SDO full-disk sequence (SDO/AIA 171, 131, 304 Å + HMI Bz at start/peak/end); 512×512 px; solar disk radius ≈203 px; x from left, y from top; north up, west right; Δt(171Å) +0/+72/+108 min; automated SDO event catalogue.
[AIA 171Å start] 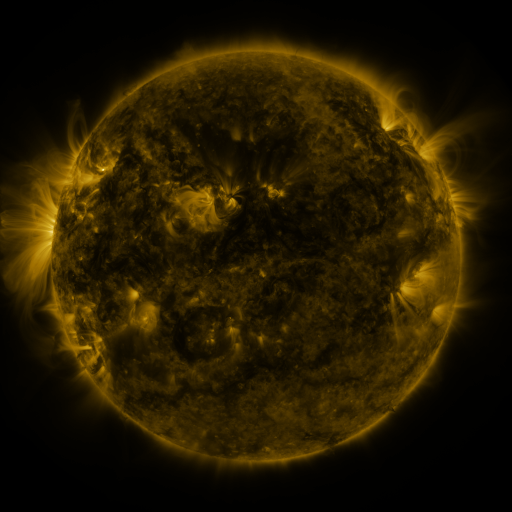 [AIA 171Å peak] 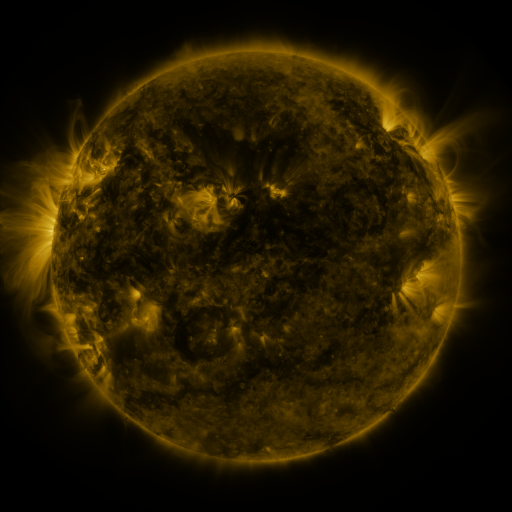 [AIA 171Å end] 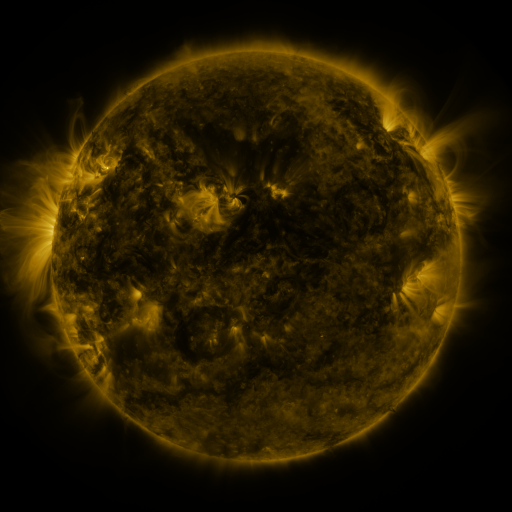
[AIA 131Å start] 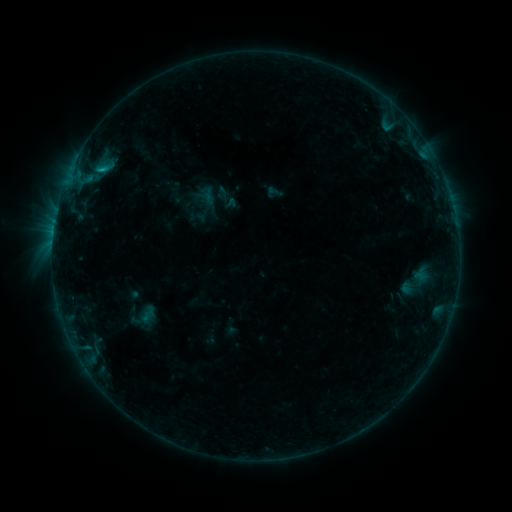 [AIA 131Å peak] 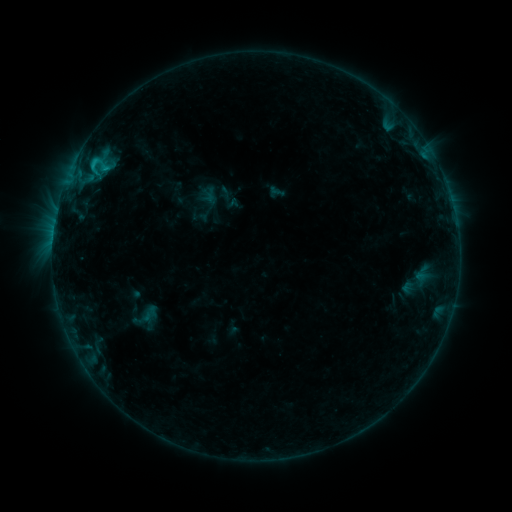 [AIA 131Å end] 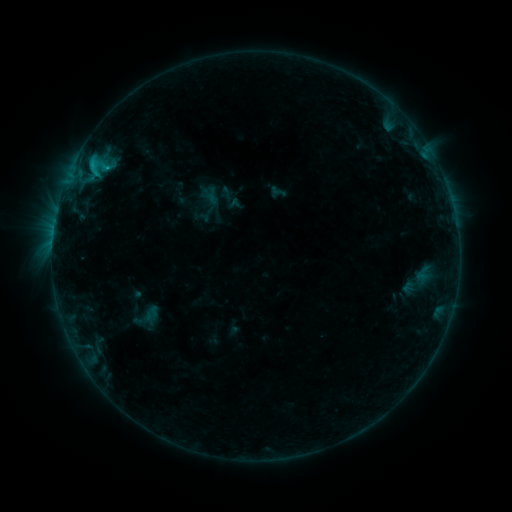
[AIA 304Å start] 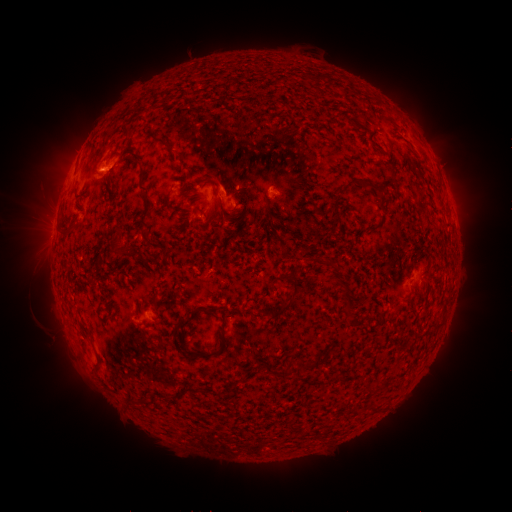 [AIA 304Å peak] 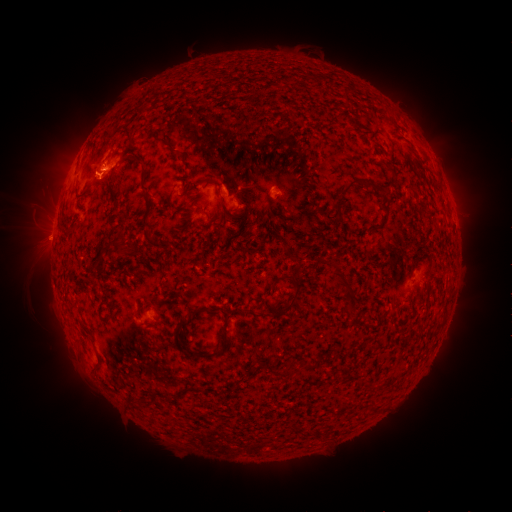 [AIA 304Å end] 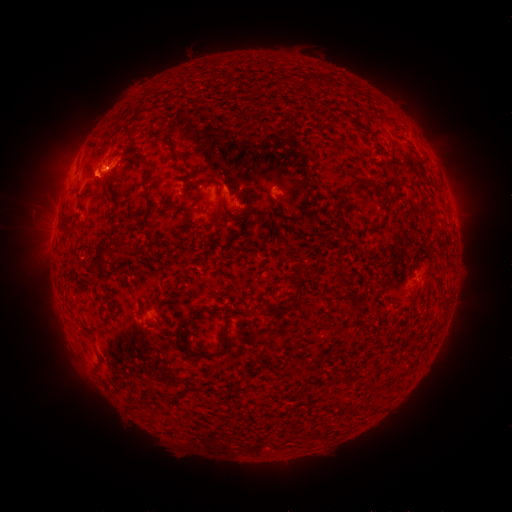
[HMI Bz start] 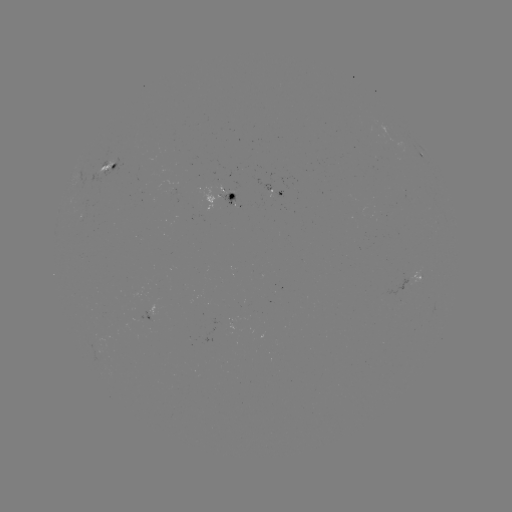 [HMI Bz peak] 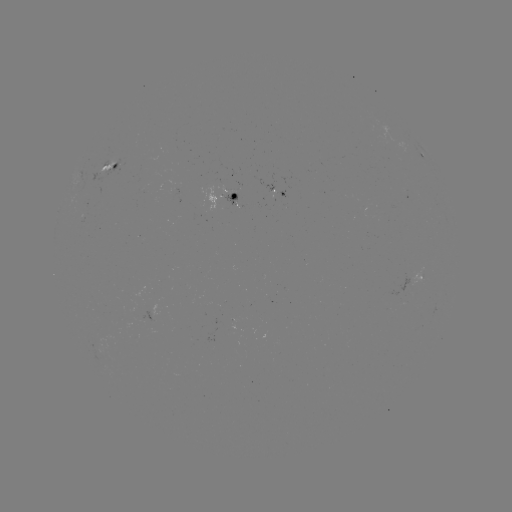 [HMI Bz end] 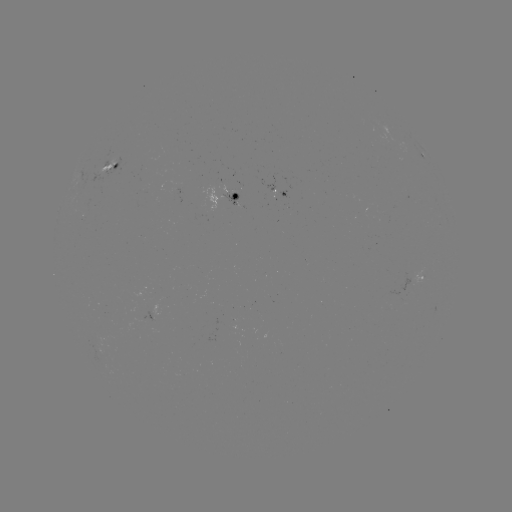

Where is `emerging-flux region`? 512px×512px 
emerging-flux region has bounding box [253, 175, 275, 199].